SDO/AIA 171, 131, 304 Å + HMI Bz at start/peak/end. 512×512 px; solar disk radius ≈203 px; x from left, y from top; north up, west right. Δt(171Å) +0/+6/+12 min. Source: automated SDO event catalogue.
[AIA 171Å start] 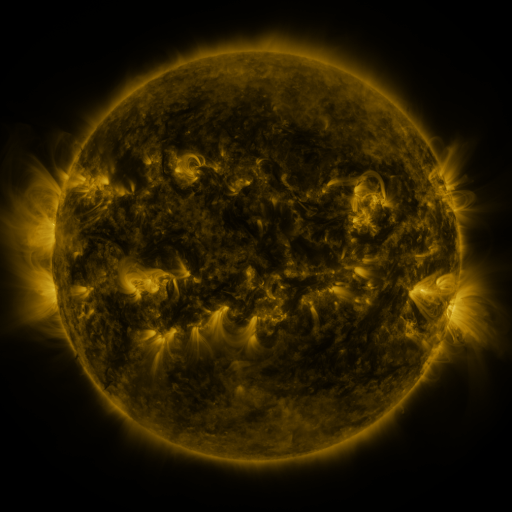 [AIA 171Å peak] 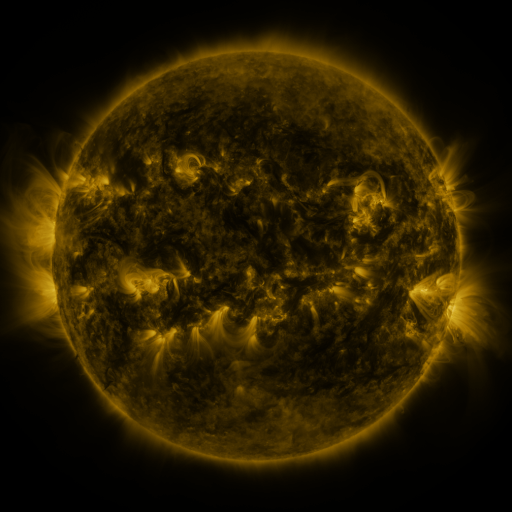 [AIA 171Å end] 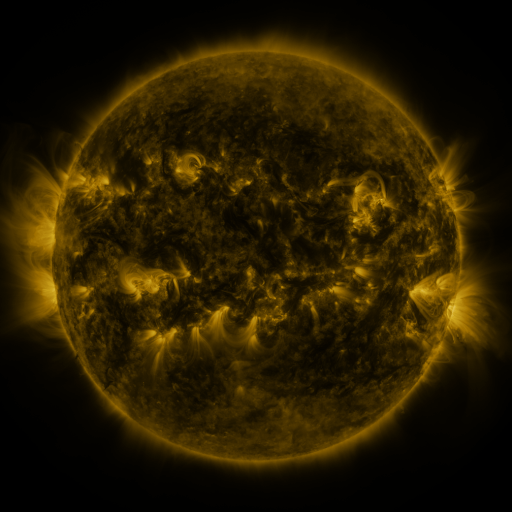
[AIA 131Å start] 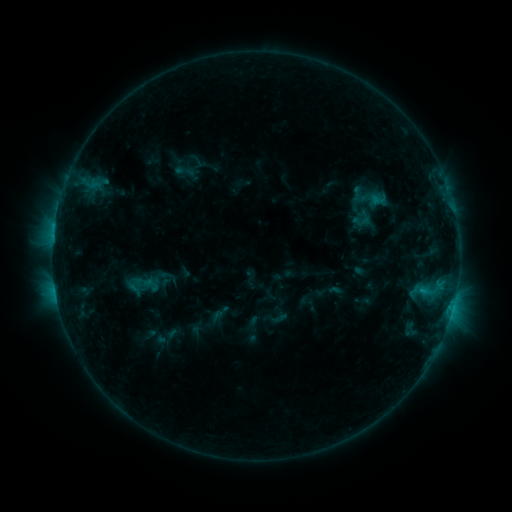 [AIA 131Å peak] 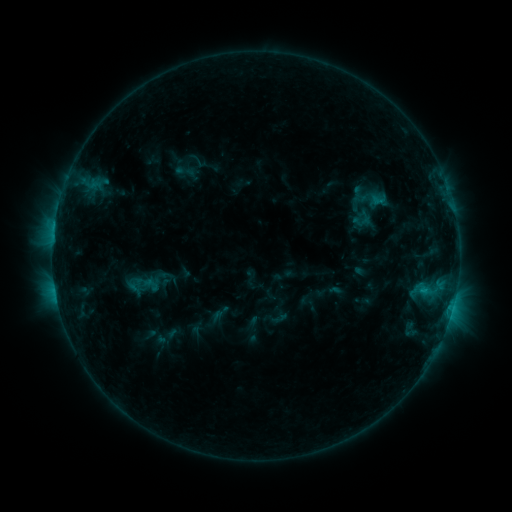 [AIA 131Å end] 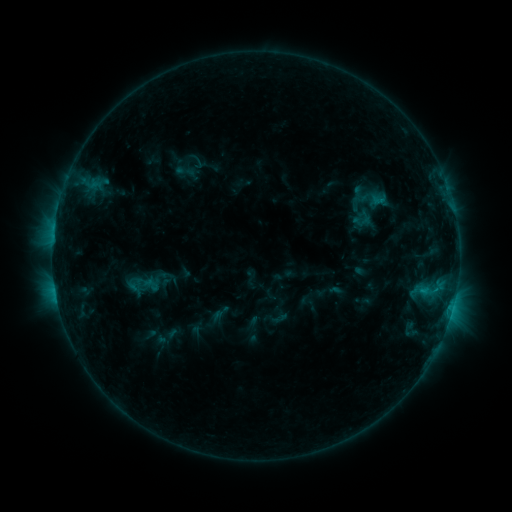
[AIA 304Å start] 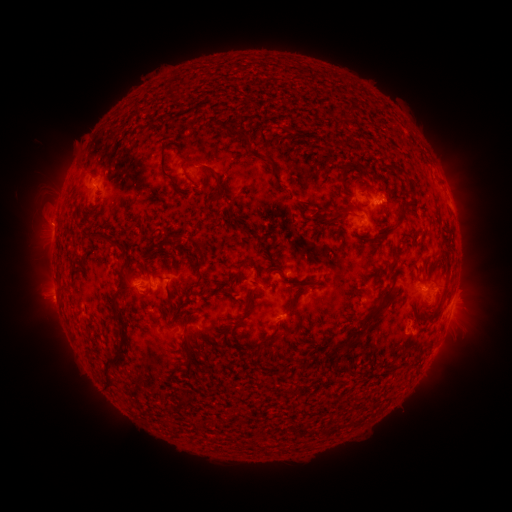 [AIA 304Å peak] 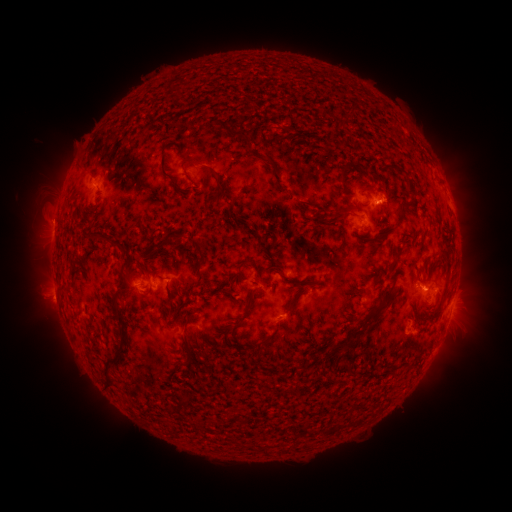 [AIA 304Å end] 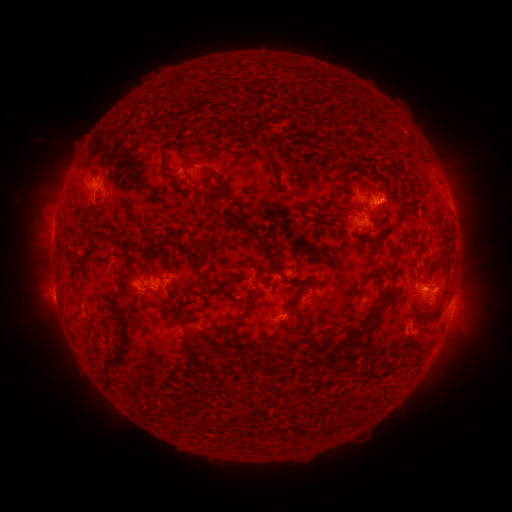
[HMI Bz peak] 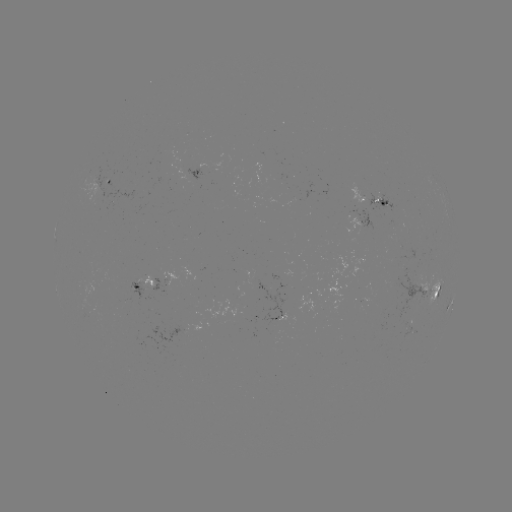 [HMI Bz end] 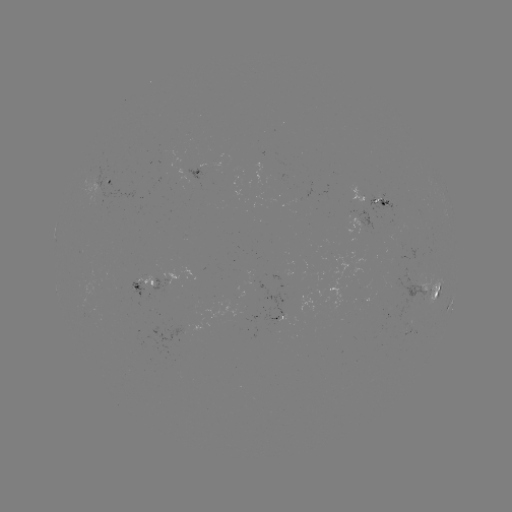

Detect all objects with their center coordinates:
eruption: (51, 222)
